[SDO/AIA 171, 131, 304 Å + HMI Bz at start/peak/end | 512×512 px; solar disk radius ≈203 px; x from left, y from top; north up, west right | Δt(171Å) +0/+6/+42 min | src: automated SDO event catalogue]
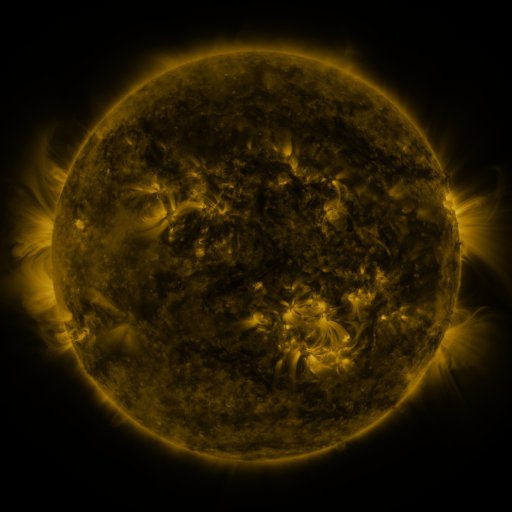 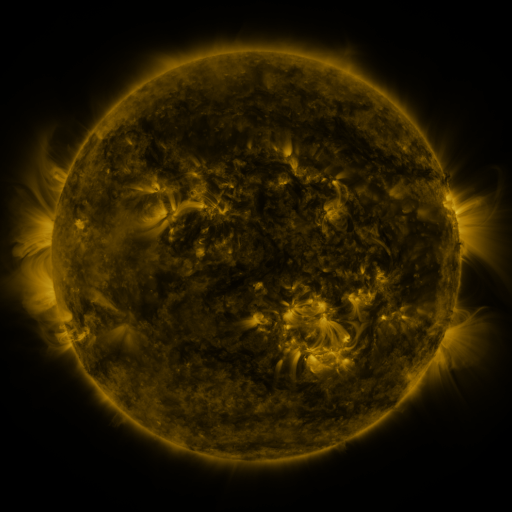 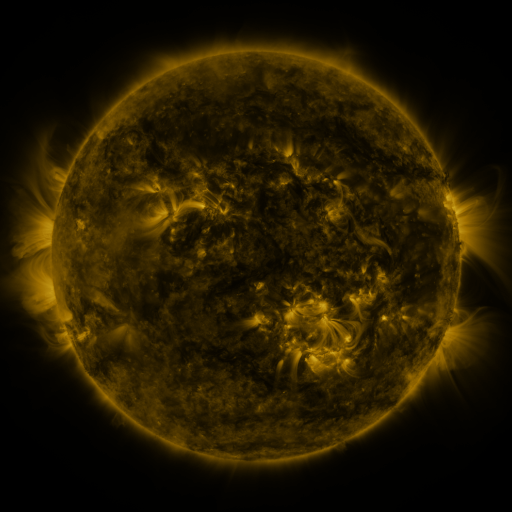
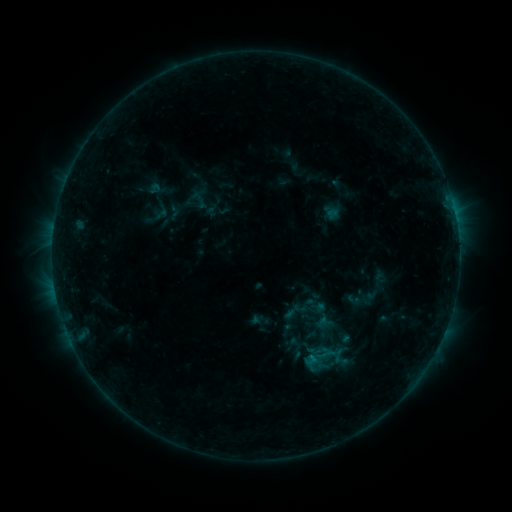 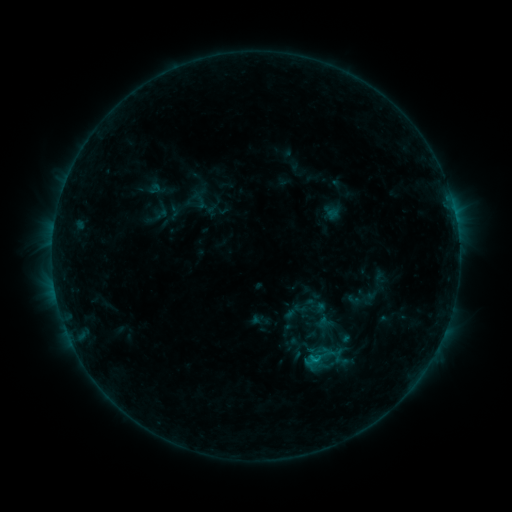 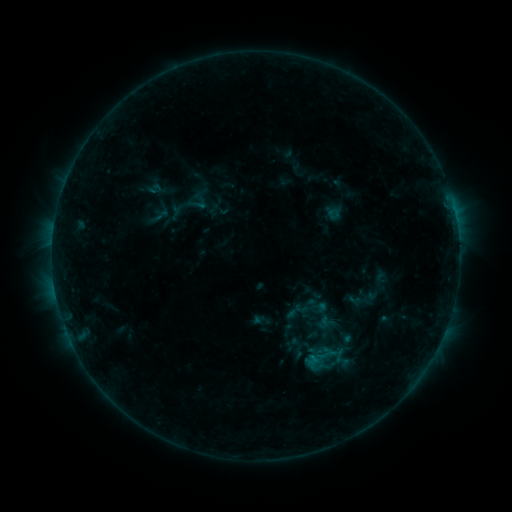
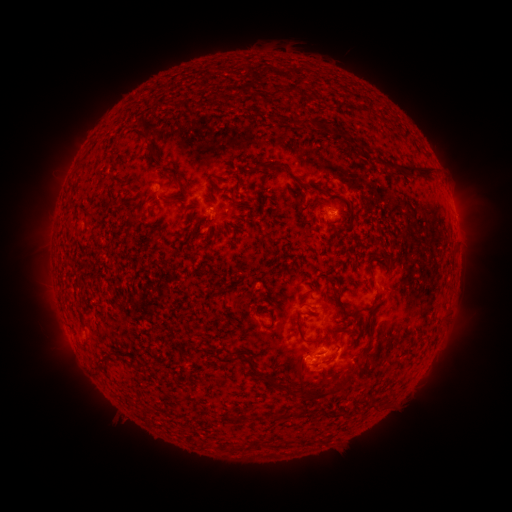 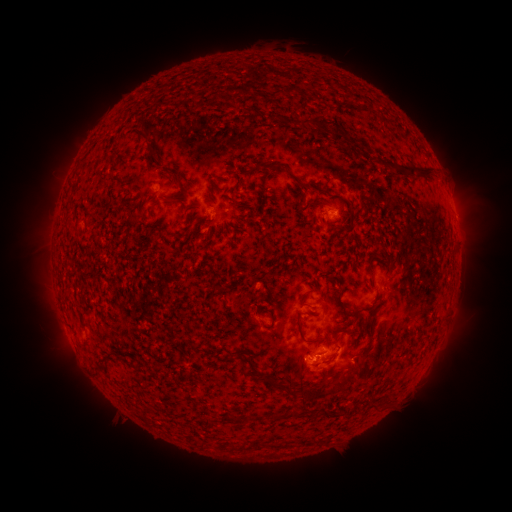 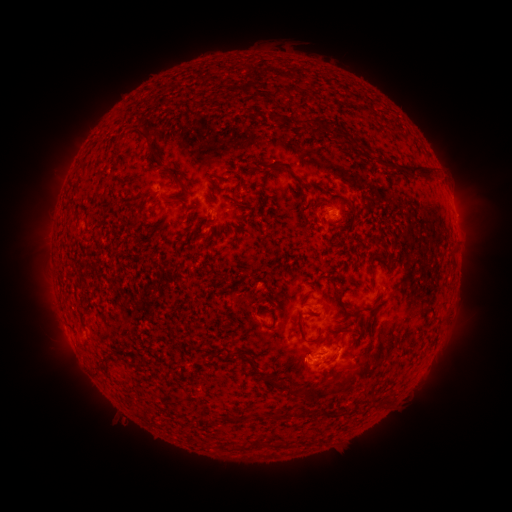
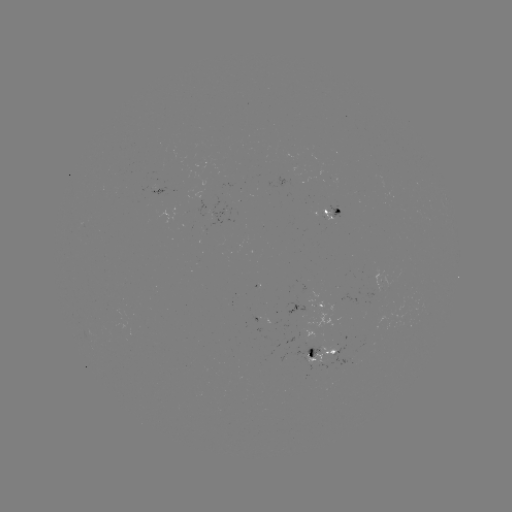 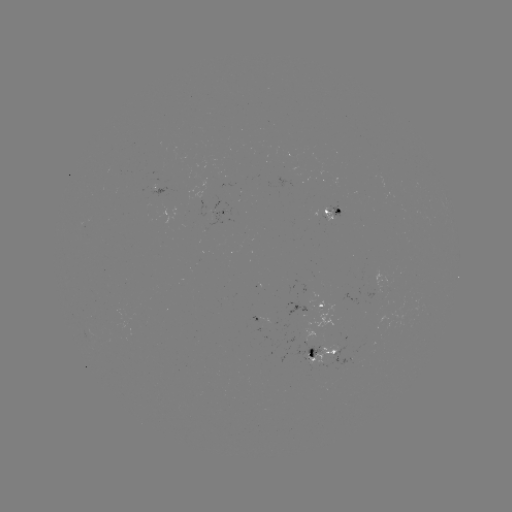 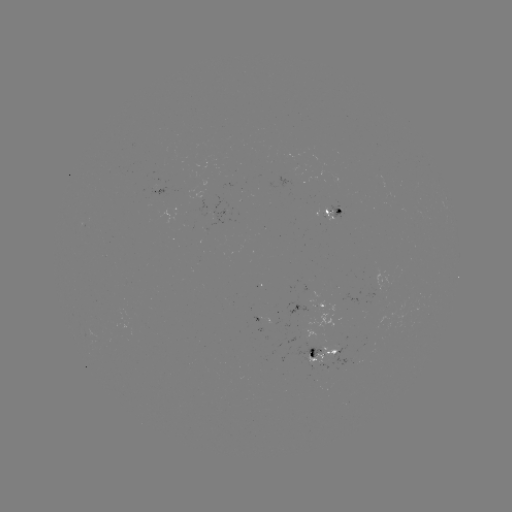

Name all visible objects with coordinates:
B5.4 flare: (315, 359)
